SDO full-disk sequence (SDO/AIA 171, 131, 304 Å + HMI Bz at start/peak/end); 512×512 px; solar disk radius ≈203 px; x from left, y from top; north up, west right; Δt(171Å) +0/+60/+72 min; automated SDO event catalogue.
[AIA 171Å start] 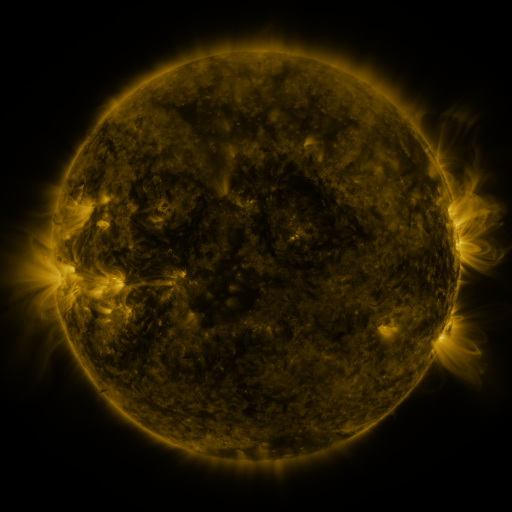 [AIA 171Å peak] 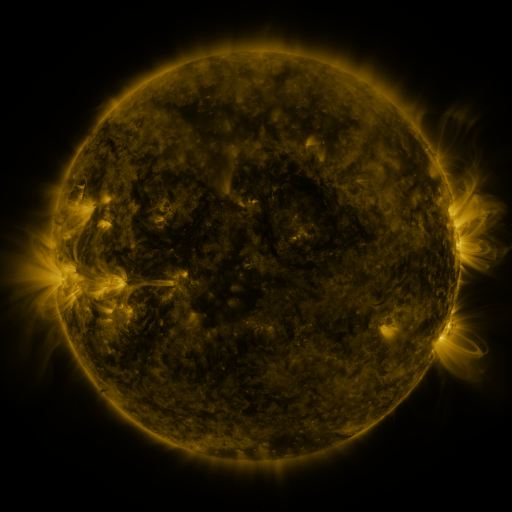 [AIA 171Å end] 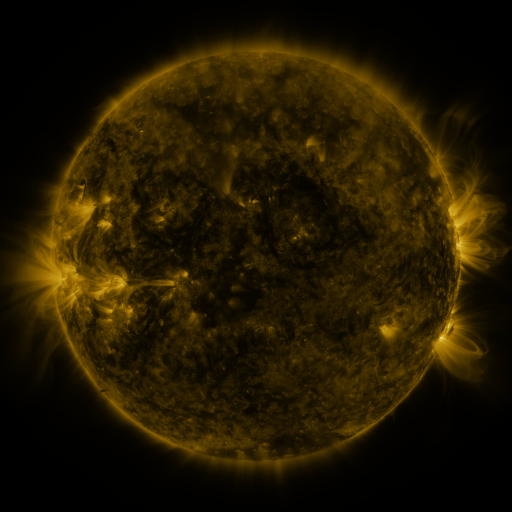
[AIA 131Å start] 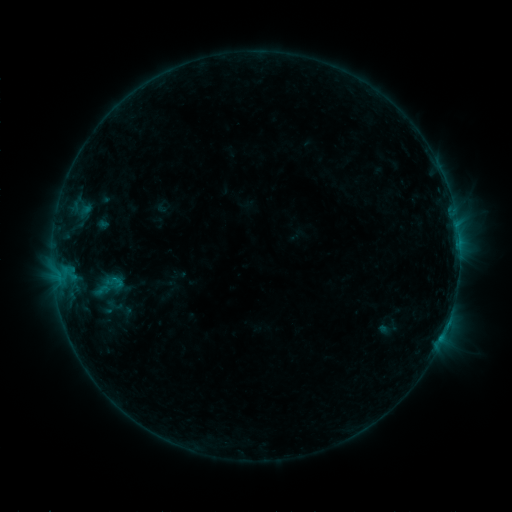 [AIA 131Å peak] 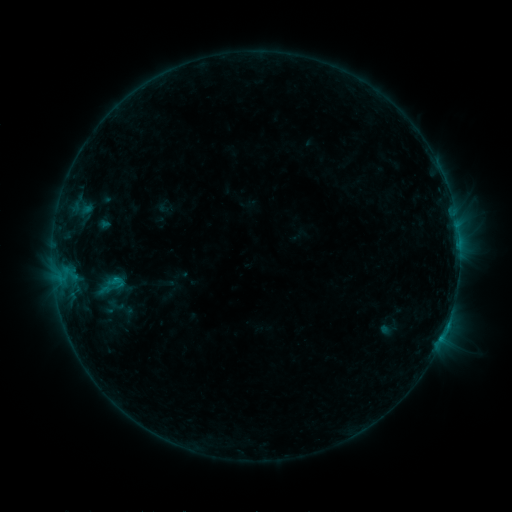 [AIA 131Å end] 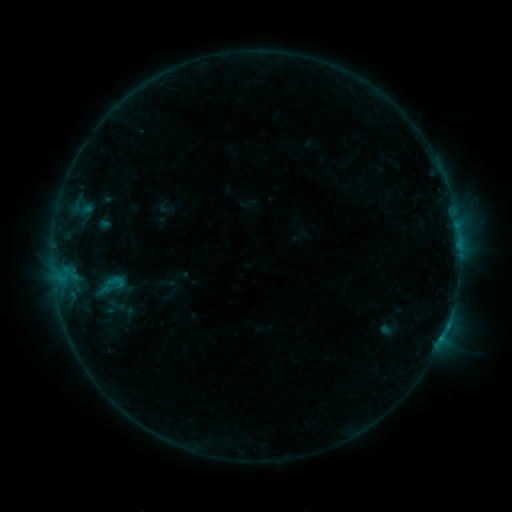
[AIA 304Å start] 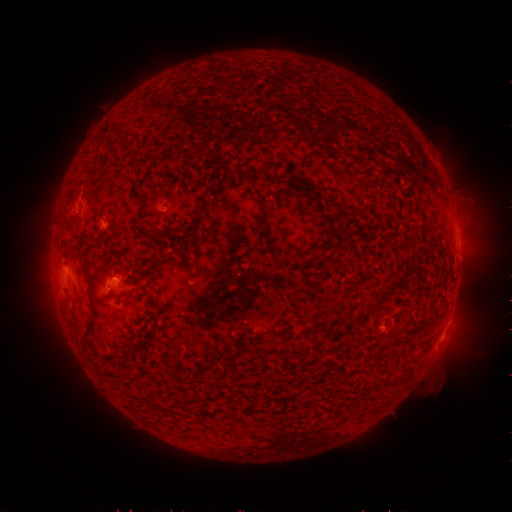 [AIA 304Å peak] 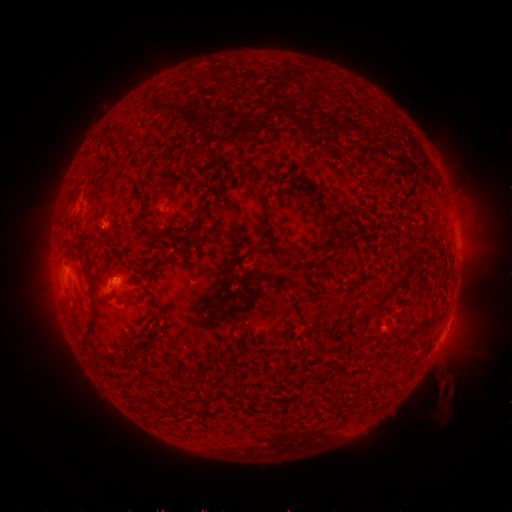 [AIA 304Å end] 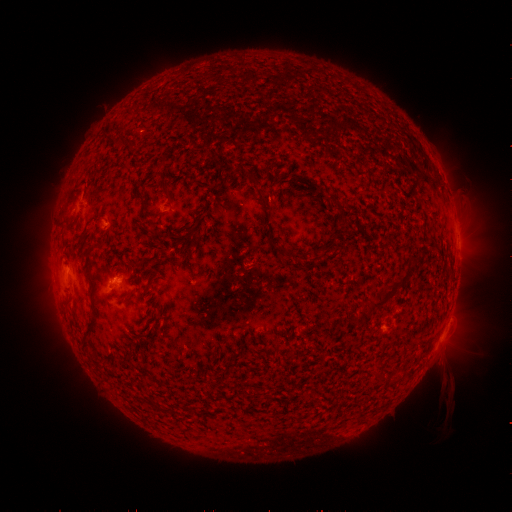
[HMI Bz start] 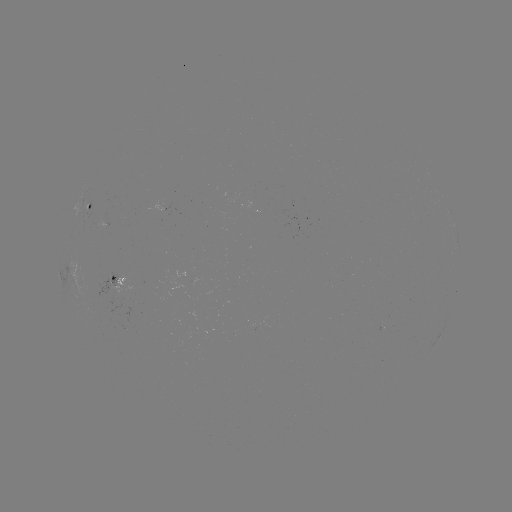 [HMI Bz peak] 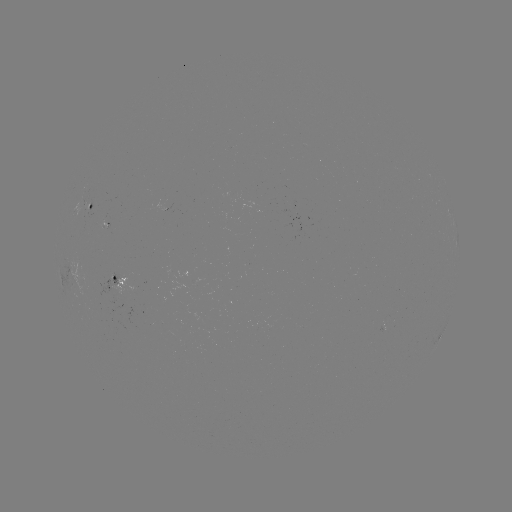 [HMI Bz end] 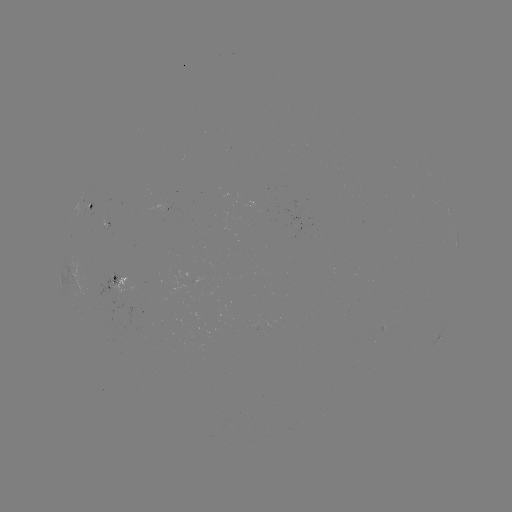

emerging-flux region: <bbox>96, 275, 133, 295</bbox>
